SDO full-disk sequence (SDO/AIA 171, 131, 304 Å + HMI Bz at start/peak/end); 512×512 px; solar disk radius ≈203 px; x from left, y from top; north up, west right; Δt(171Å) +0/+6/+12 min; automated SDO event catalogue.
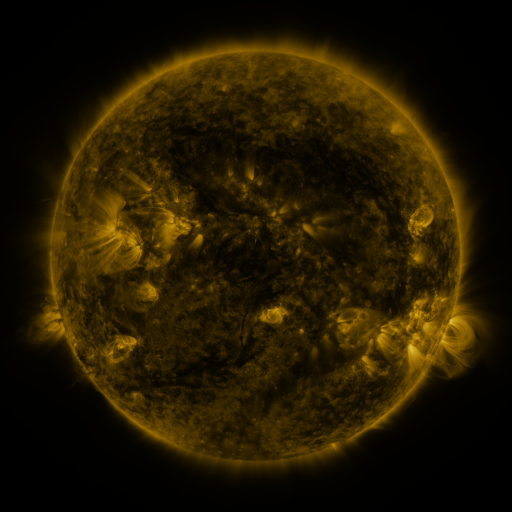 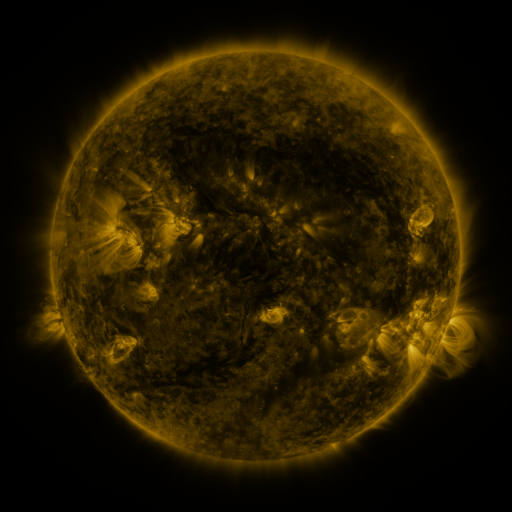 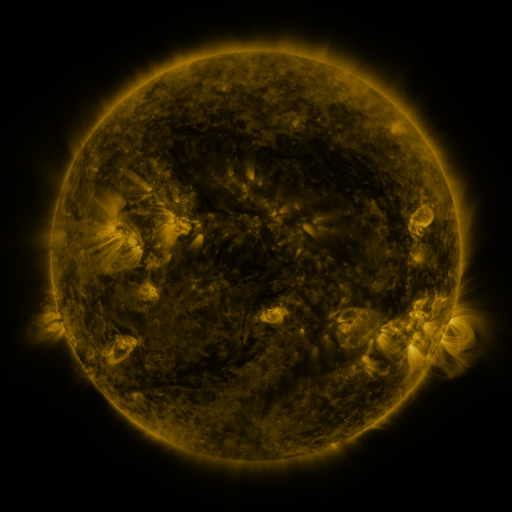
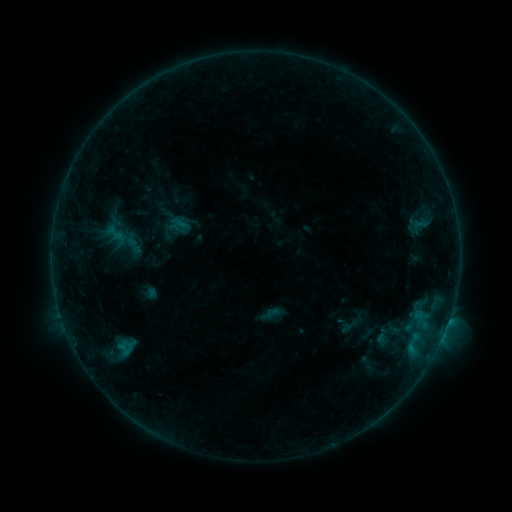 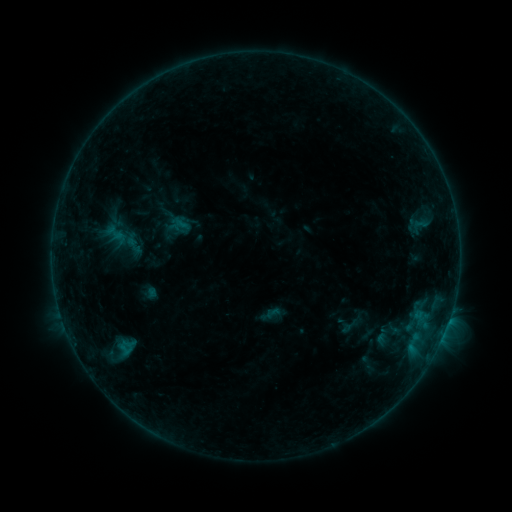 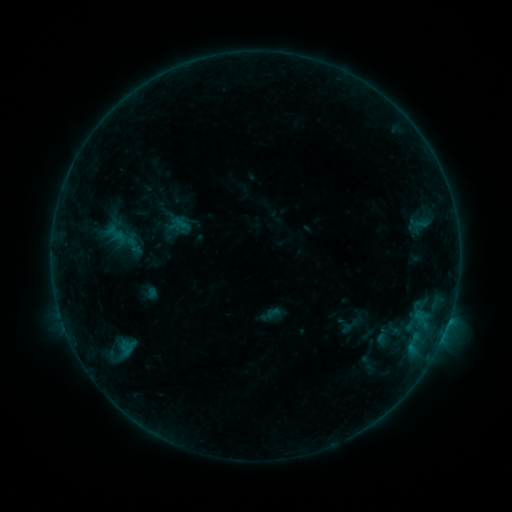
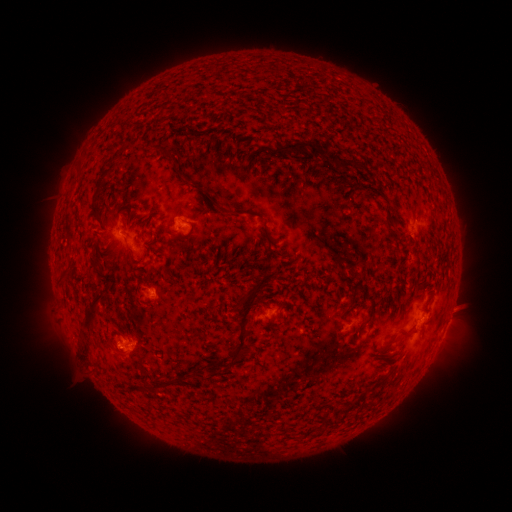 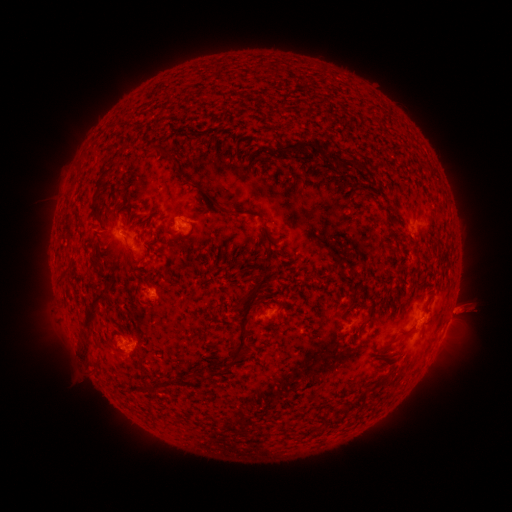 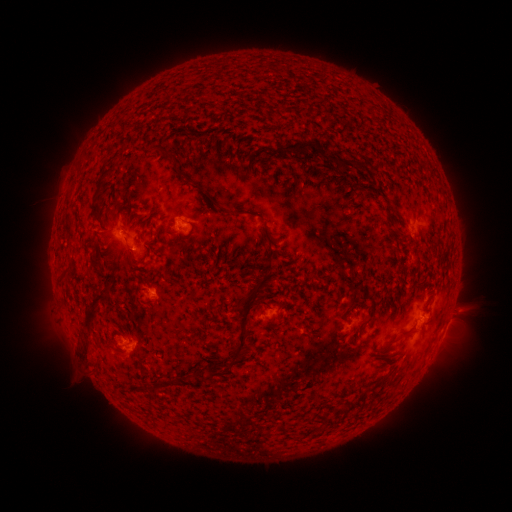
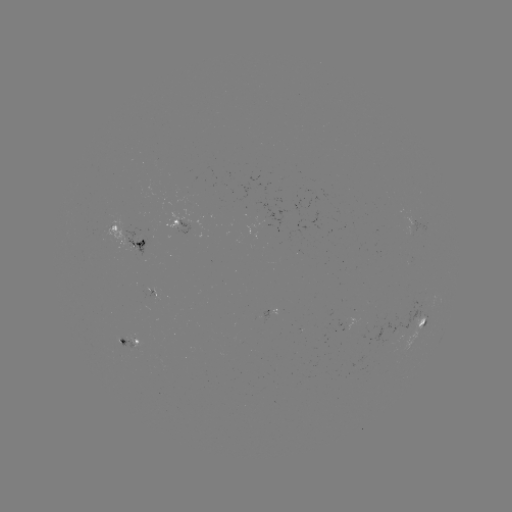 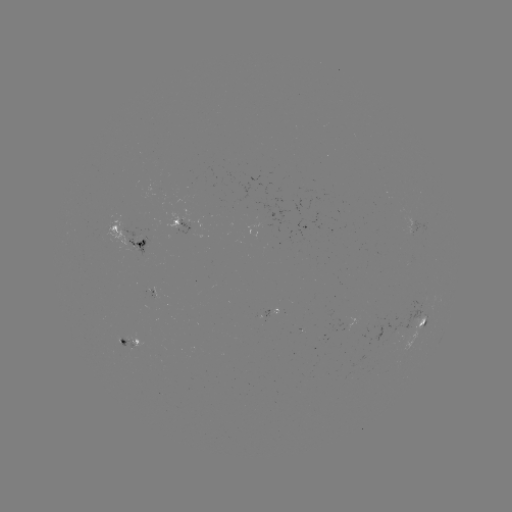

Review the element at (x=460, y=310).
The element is eruption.